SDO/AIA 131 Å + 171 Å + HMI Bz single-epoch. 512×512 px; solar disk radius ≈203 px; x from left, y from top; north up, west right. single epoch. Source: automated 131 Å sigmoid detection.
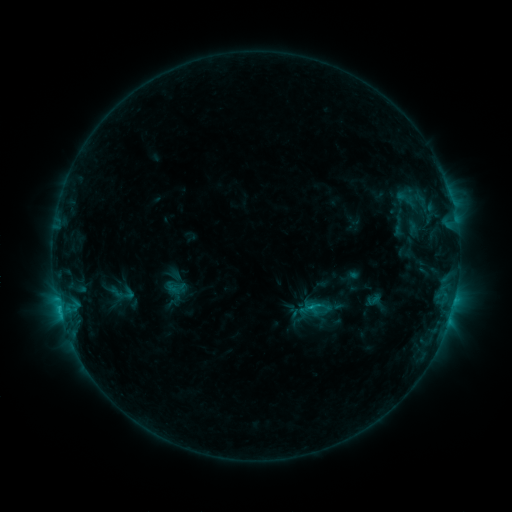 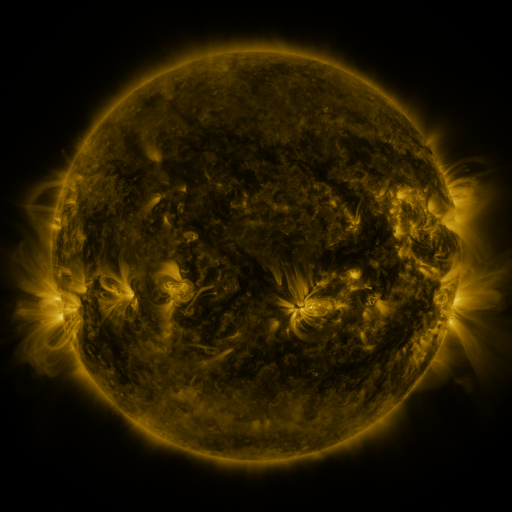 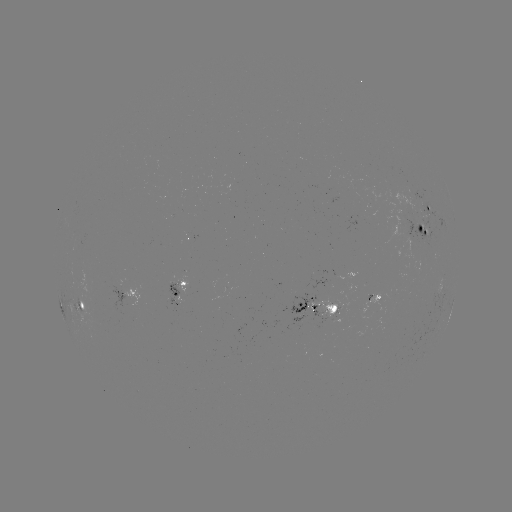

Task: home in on sigmoid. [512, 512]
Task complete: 373,300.